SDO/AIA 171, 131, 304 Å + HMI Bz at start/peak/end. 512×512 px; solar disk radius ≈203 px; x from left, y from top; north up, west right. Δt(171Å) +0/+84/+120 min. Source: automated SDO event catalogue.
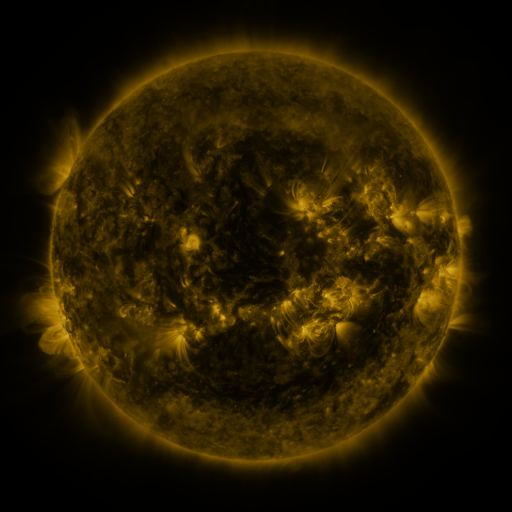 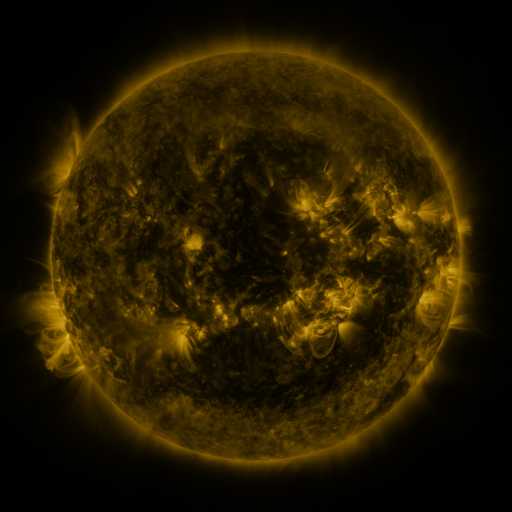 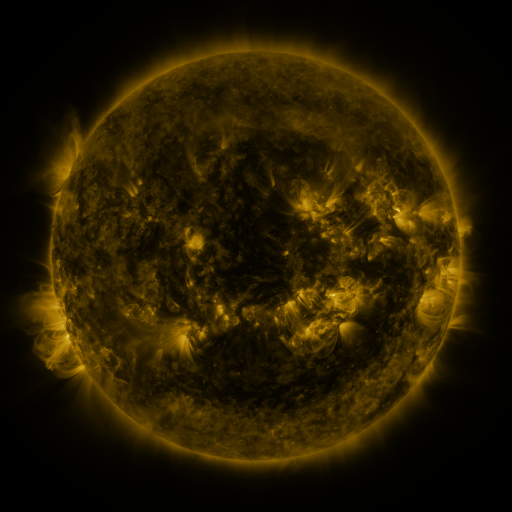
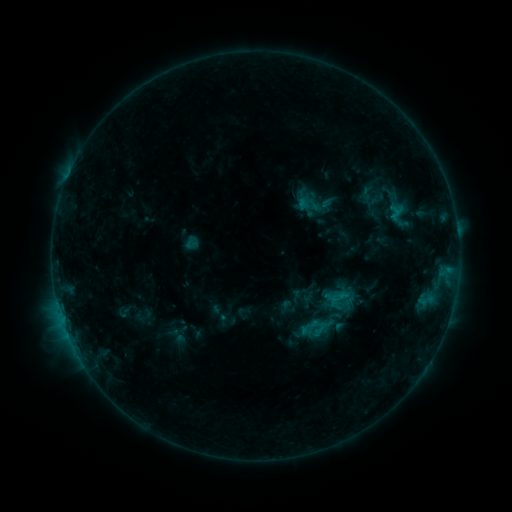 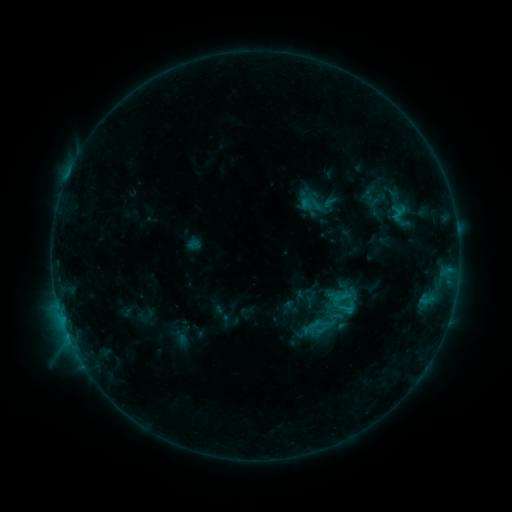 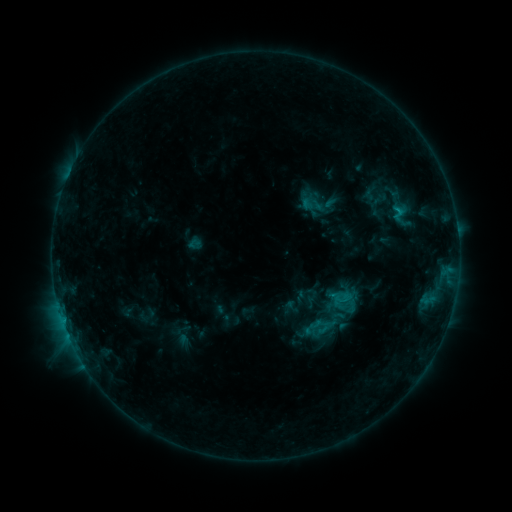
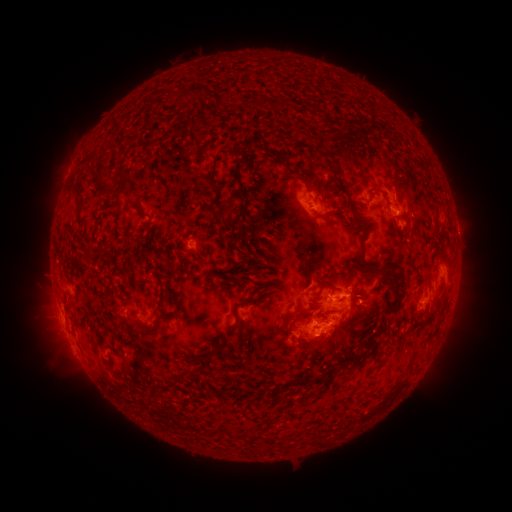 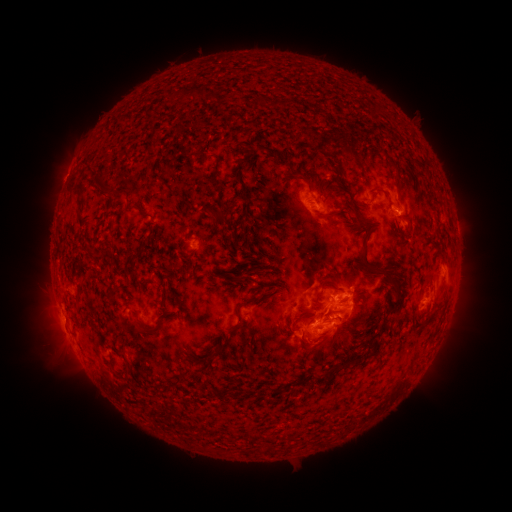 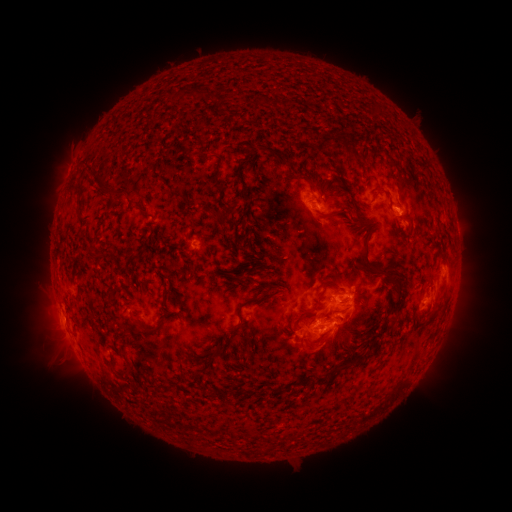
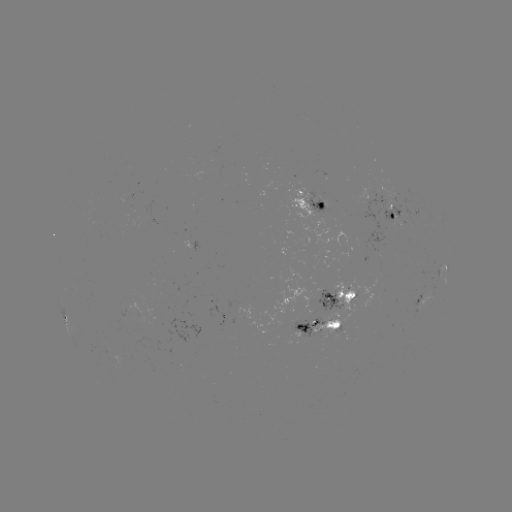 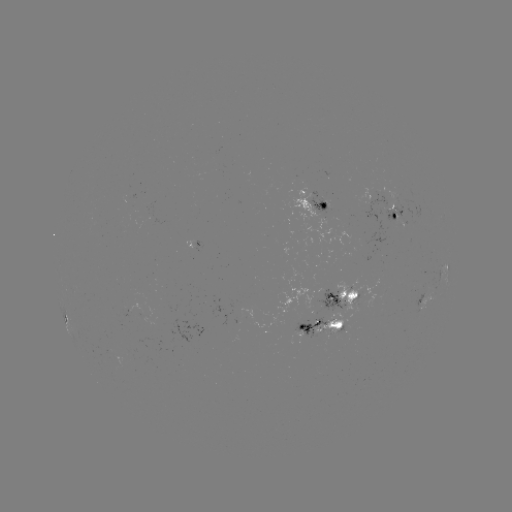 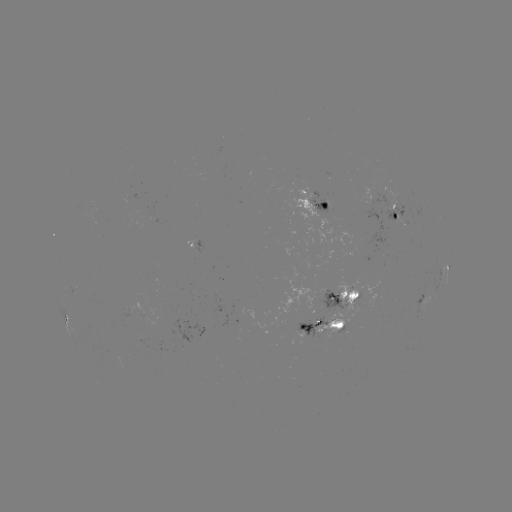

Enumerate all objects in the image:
emerging-flux region: (400, 199)
